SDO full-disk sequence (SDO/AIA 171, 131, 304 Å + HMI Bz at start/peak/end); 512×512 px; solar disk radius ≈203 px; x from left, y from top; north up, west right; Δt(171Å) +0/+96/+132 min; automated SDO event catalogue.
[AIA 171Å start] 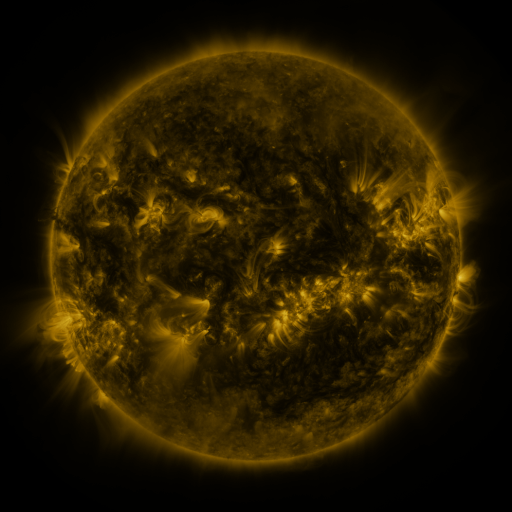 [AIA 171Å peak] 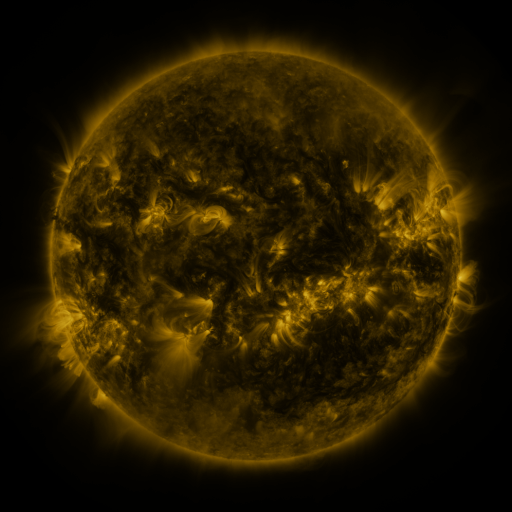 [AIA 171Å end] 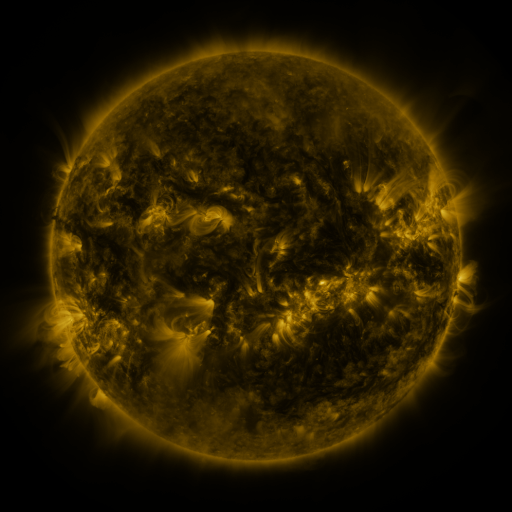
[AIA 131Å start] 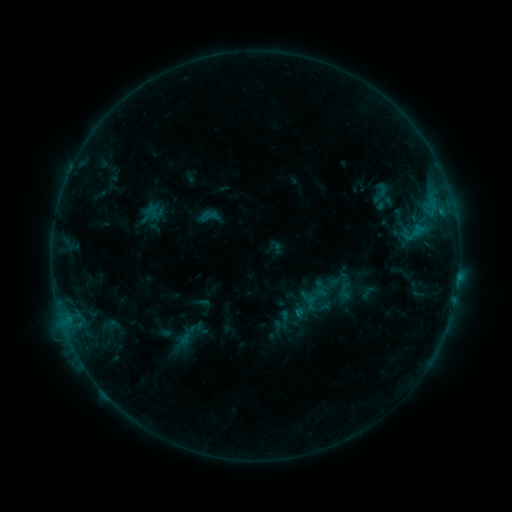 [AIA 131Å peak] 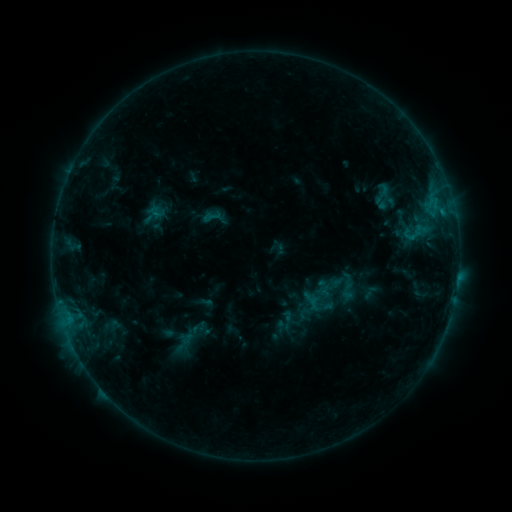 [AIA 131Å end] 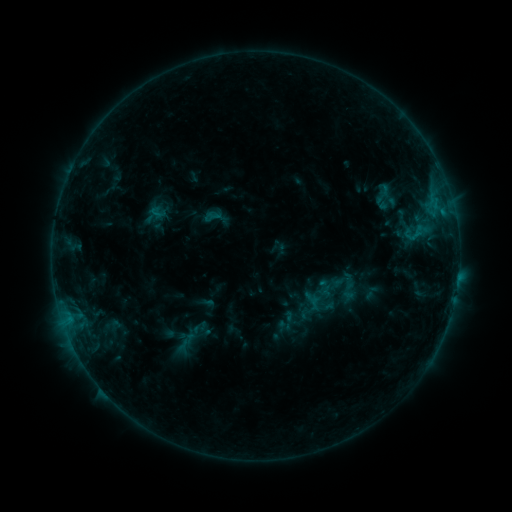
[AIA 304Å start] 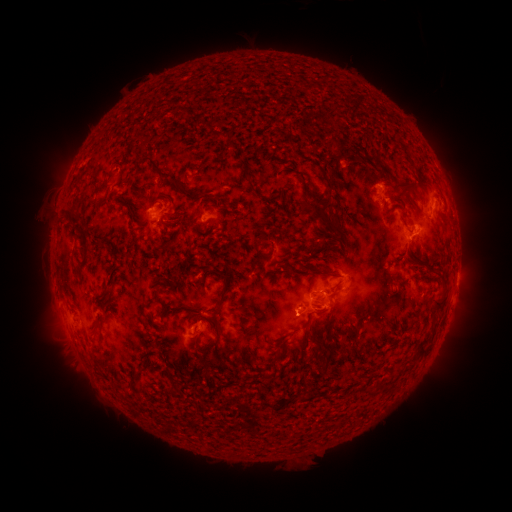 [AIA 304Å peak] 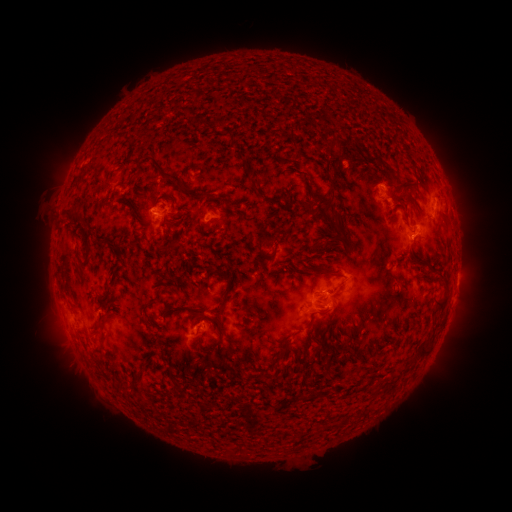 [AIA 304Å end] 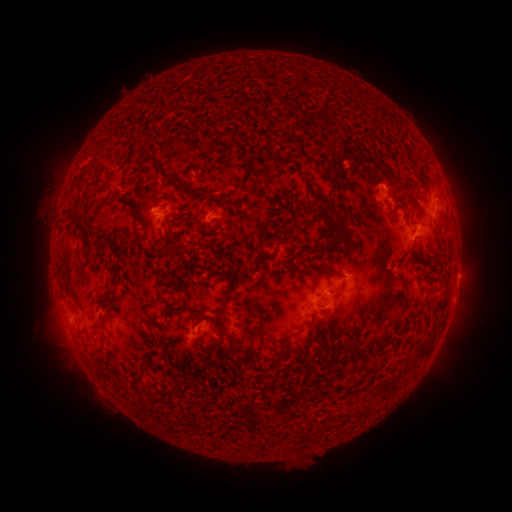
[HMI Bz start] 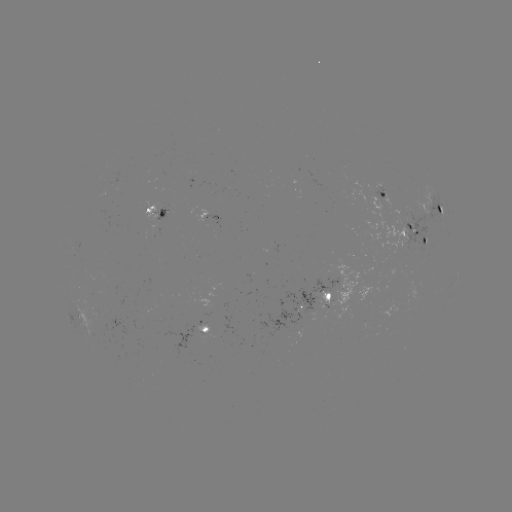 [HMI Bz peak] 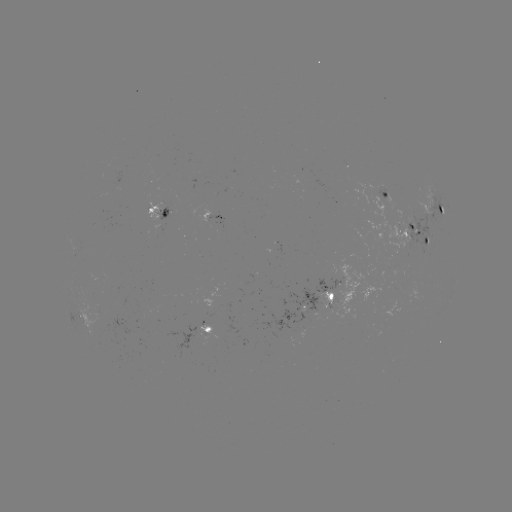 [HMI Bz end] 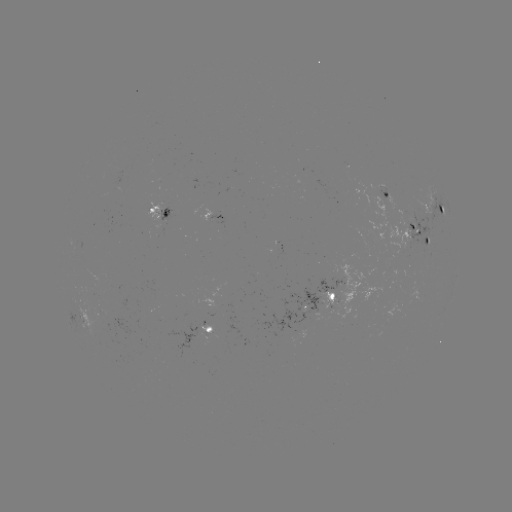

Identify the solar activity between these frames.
emerging-flux region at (410, 224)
